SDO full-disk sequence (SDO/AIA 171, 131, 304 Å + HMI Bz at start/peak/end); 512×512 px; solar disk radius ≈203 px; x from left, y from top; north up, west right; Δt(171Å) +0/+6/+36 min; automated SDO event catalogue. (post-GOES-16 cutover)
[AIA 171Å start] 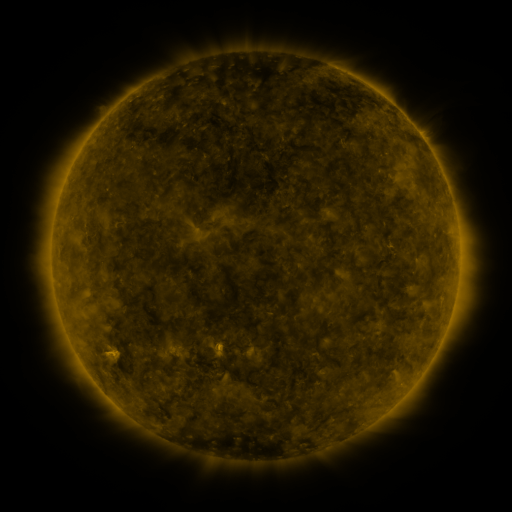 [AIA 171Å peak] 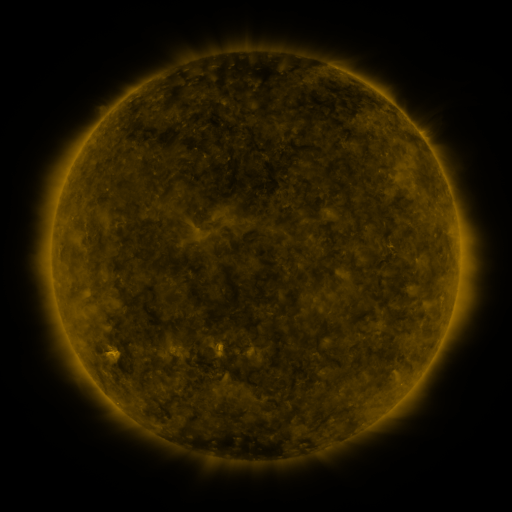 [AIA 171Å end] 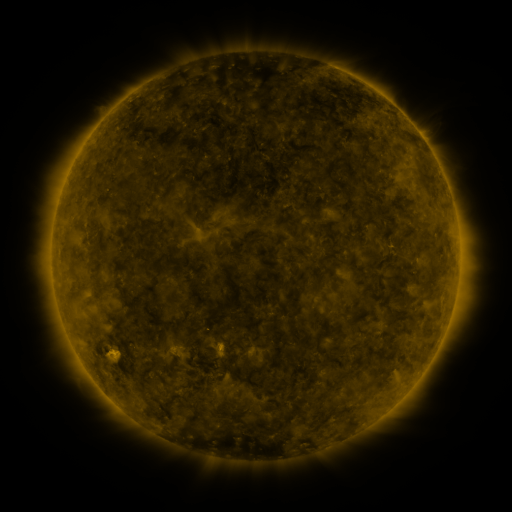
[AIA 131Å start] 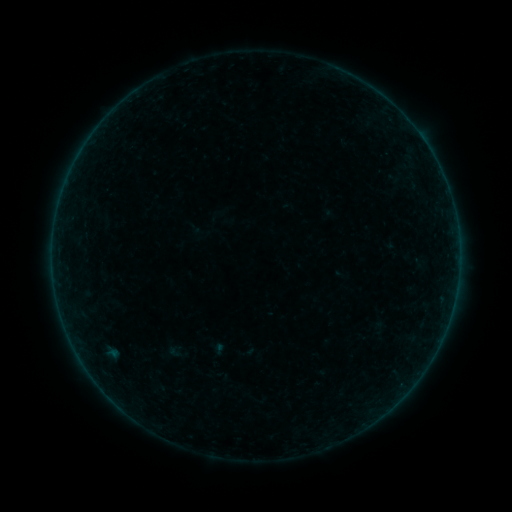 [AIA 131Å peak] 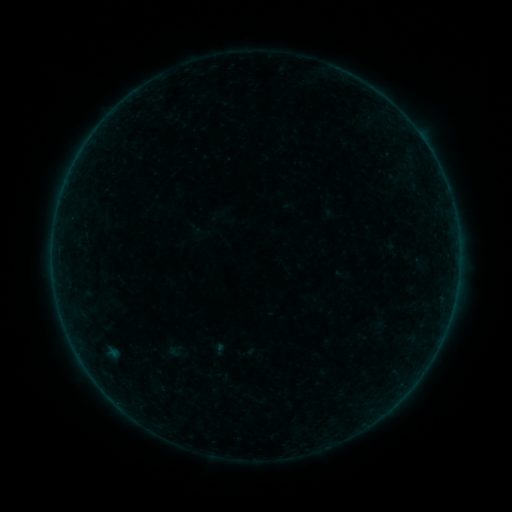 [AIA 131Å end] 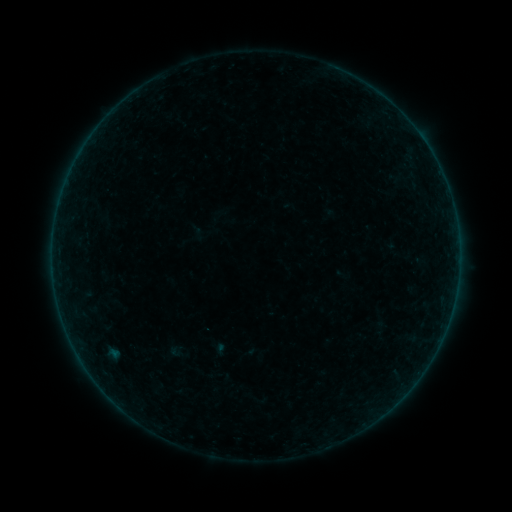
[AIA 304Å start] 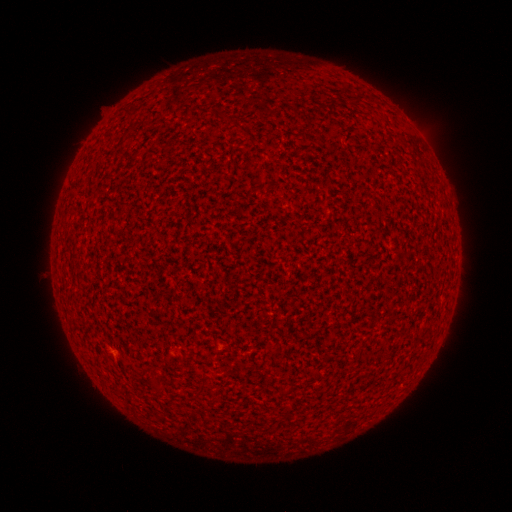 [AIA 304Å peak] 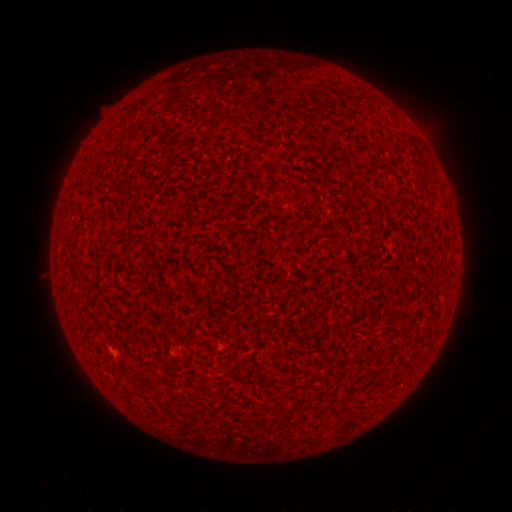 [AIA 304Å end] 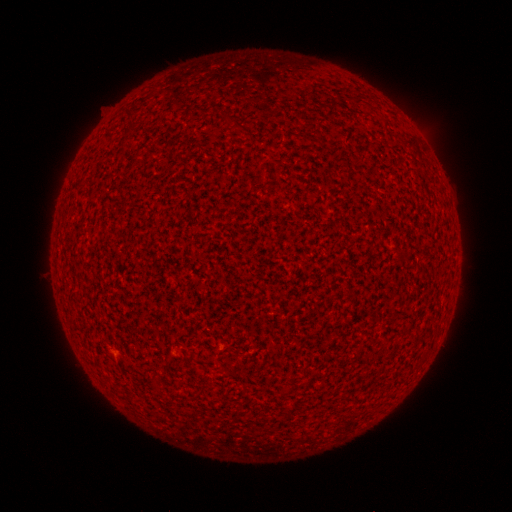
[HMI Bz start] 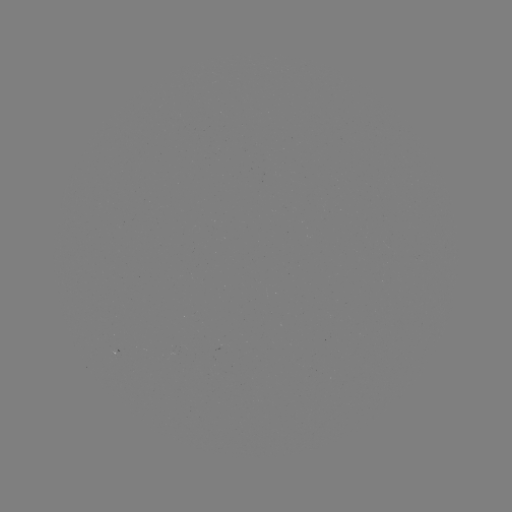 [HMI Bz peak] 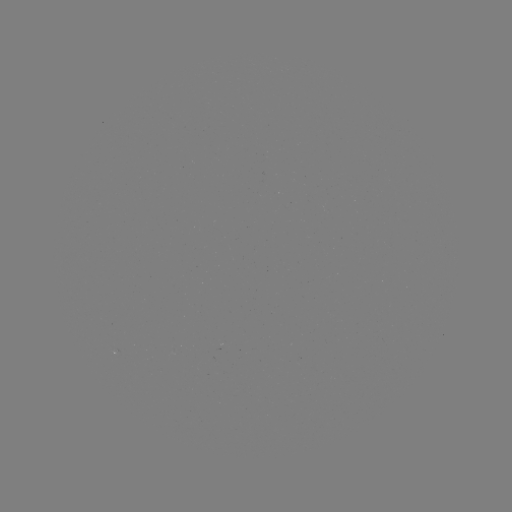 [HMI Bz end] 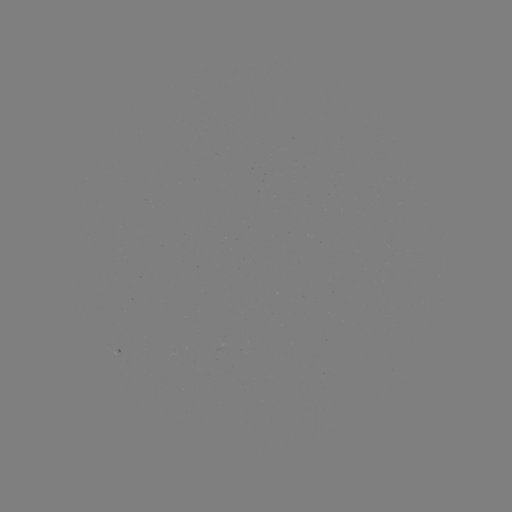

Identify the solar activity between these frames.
A2.0 flare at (112, 348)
